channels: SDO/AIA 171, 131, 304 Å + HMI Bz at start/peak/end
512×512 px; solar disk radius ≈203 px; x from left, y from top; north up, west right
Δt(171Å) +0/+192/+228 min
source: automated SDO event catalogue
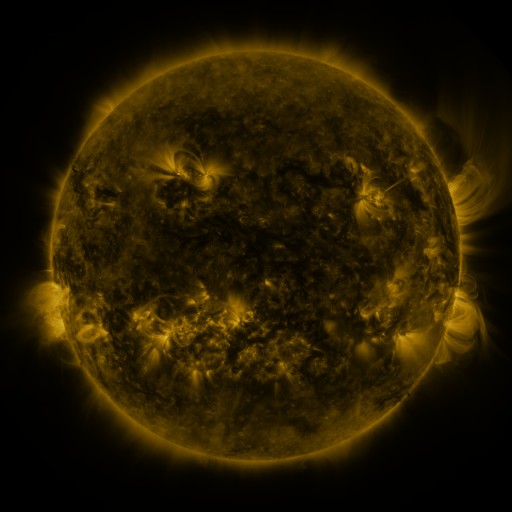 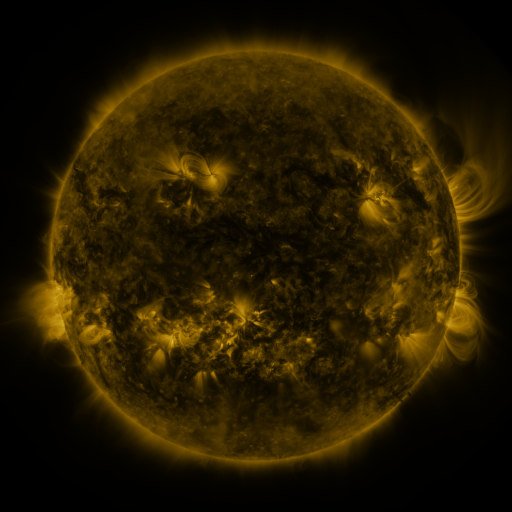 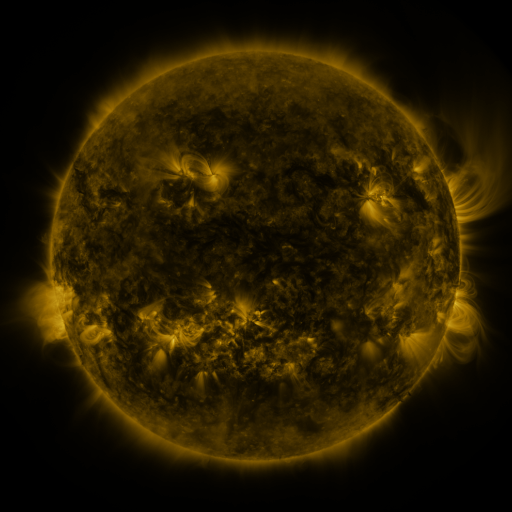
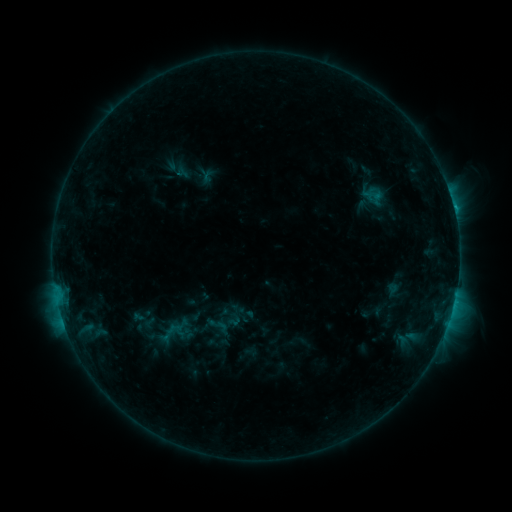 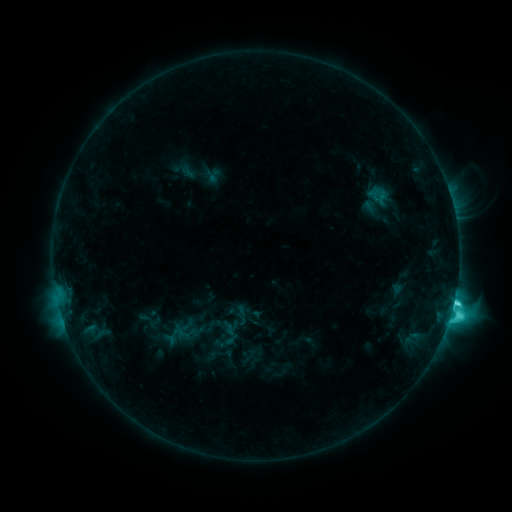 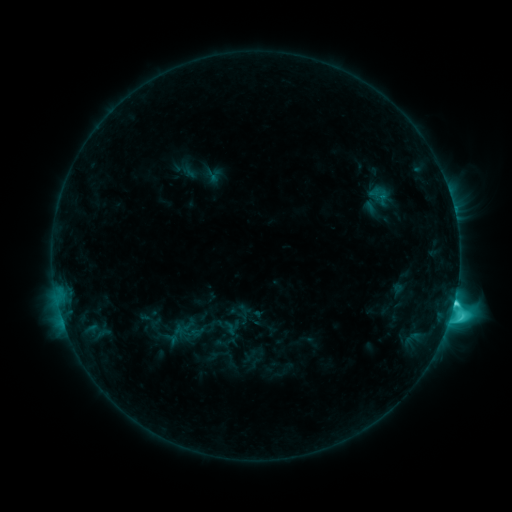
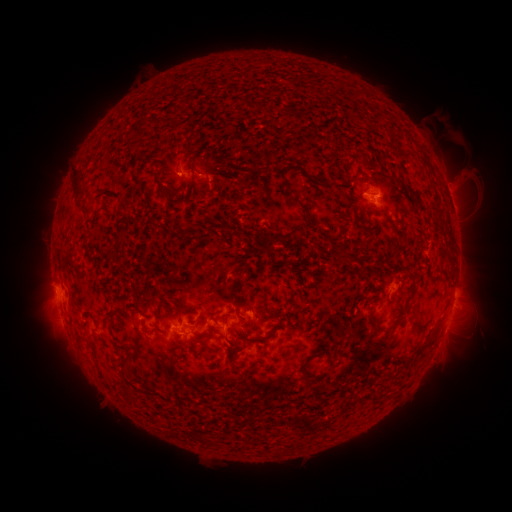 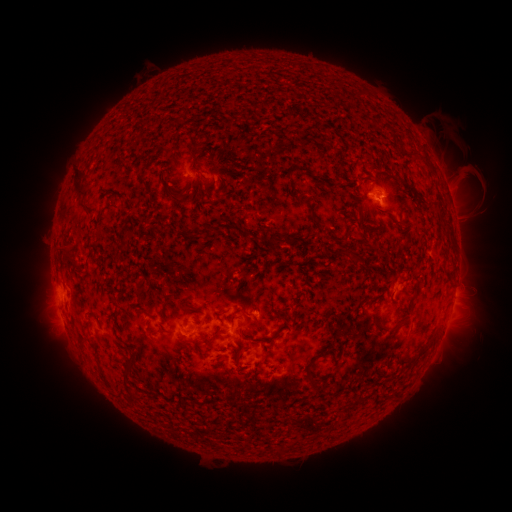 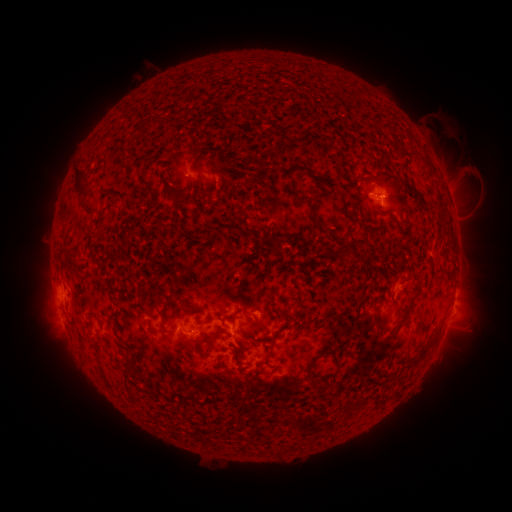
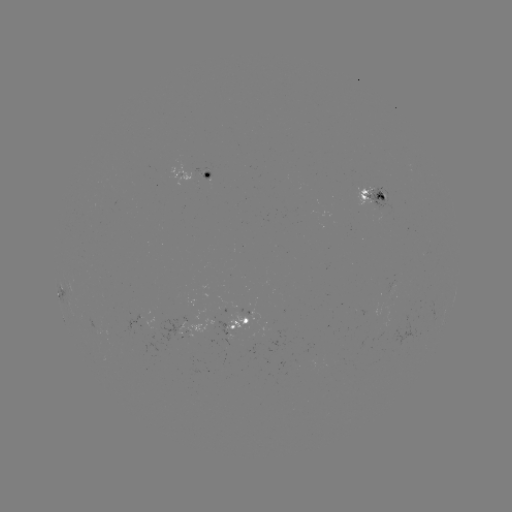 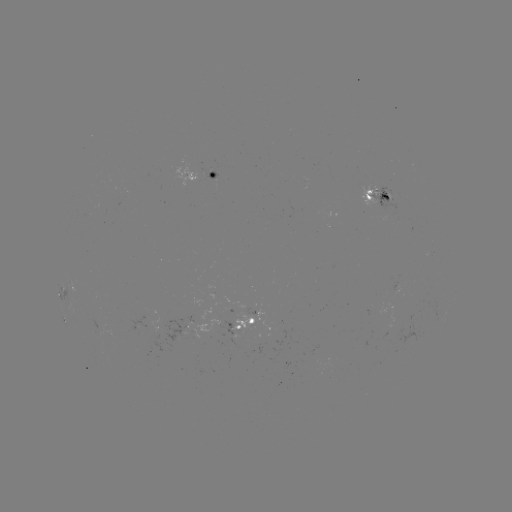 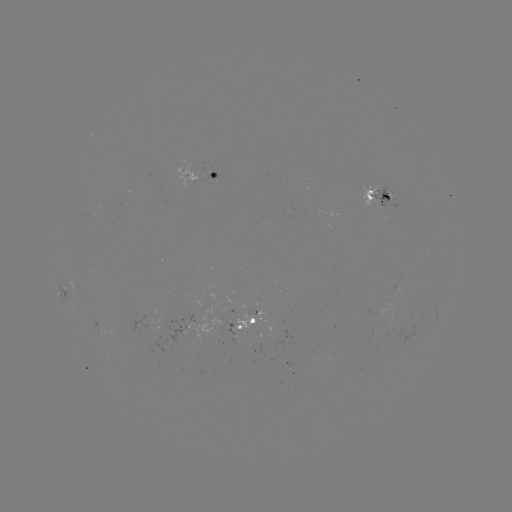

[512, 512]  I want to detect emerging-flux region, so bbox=[87, 318, 114, 335].